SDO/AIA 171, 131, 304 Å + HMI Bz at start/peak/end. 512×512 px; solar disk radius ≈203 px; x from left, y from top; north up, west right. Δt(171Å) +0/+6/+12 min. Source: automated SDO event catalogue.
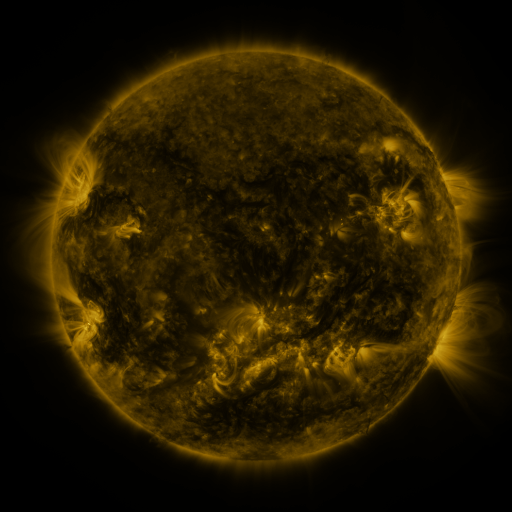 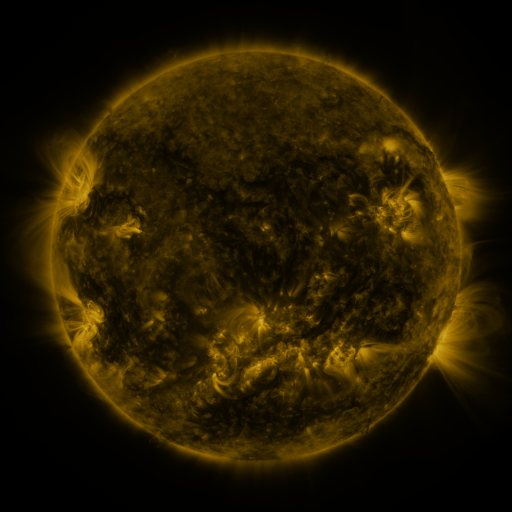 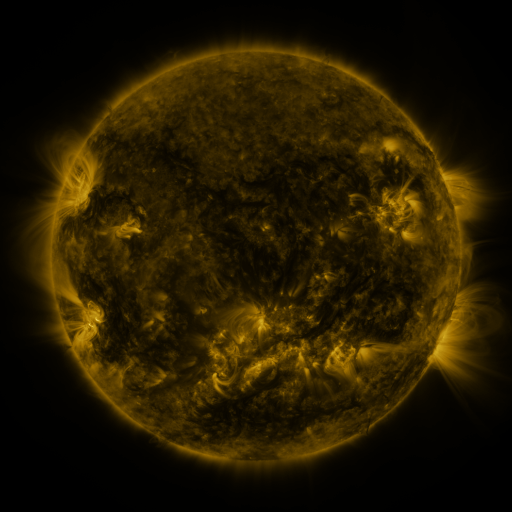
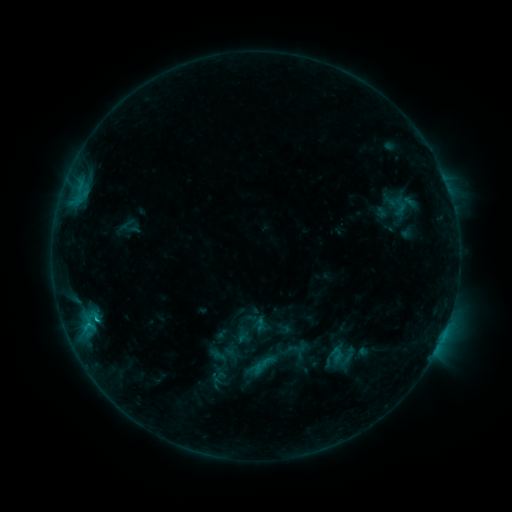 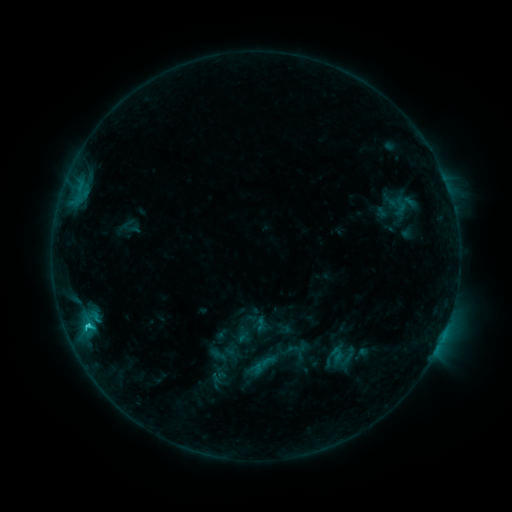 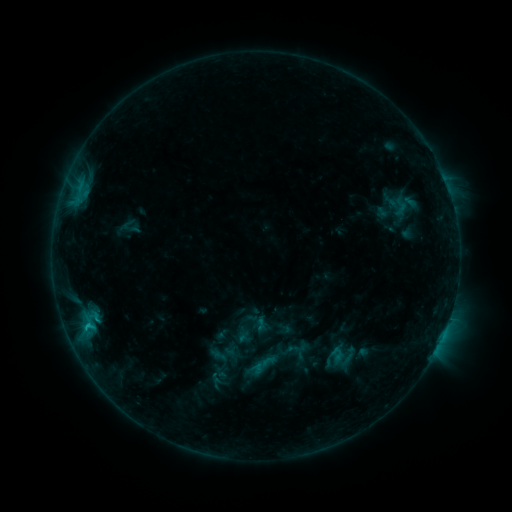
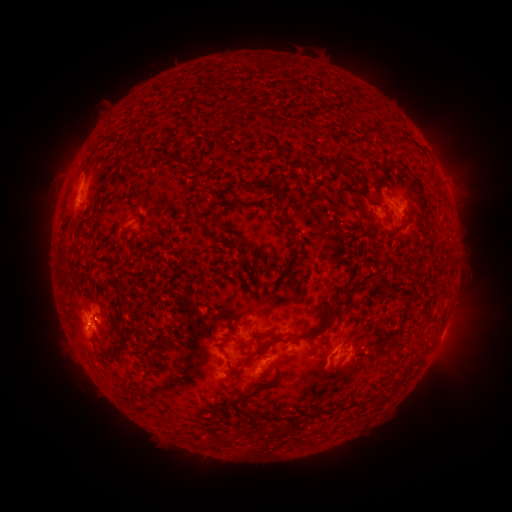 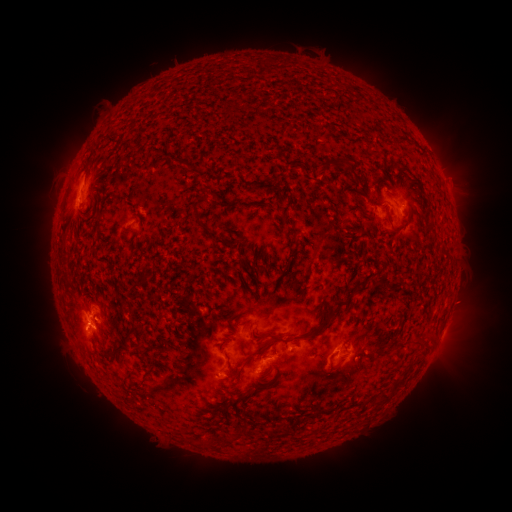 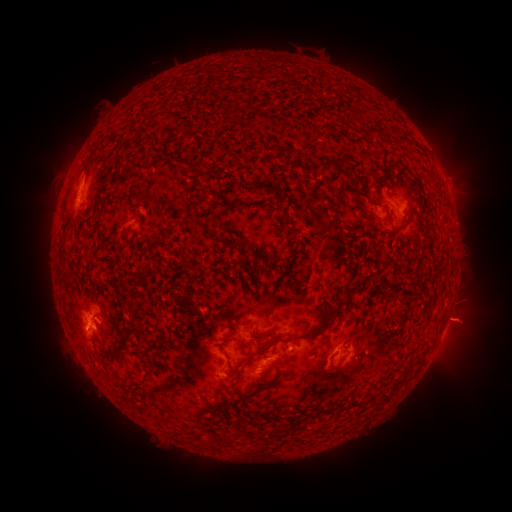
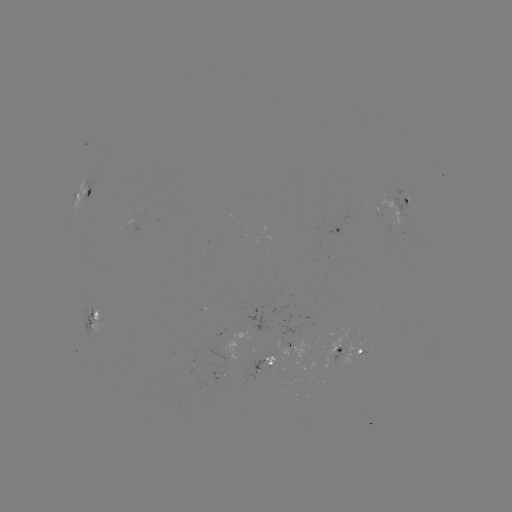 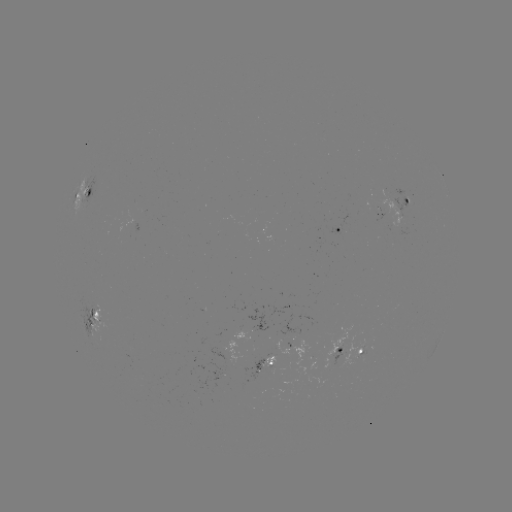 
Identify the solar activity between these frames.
C1.5 flare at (88, 322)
